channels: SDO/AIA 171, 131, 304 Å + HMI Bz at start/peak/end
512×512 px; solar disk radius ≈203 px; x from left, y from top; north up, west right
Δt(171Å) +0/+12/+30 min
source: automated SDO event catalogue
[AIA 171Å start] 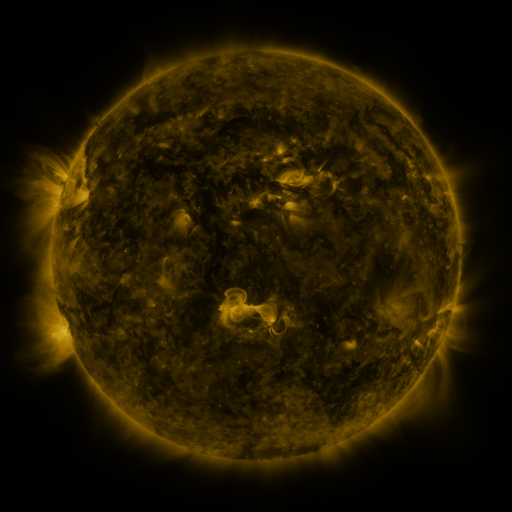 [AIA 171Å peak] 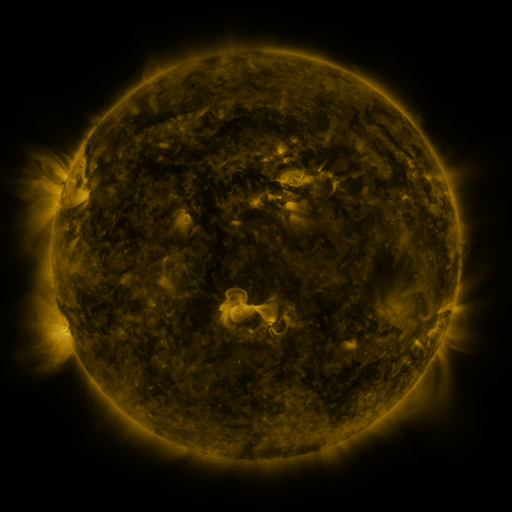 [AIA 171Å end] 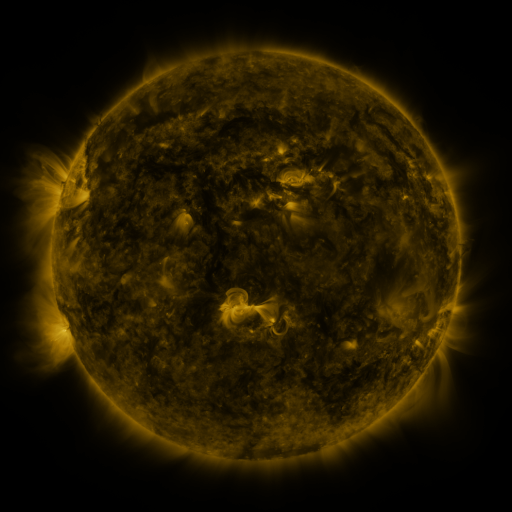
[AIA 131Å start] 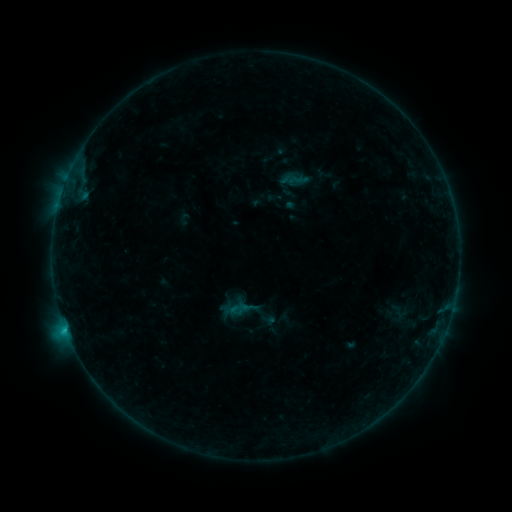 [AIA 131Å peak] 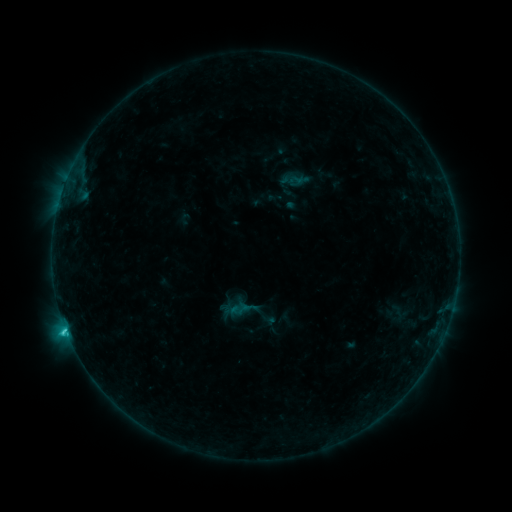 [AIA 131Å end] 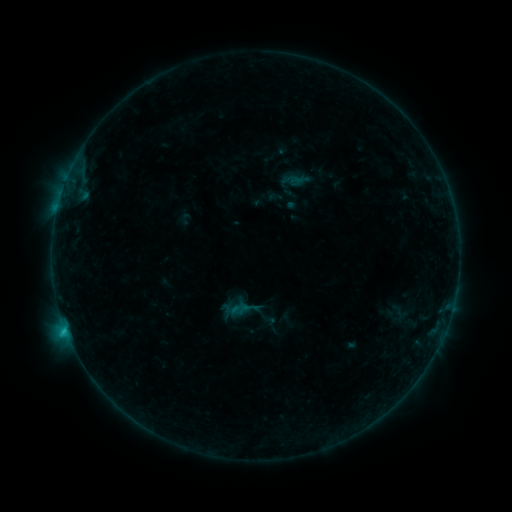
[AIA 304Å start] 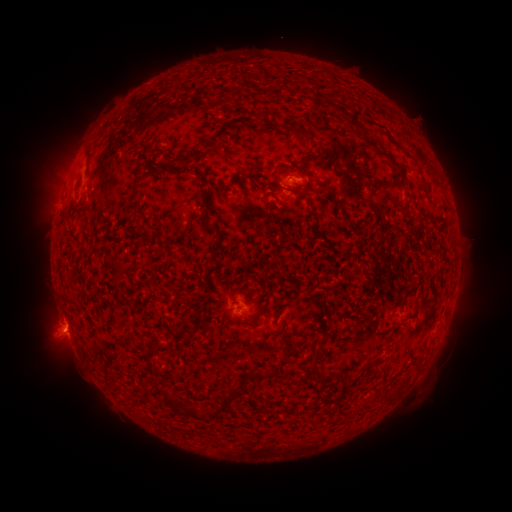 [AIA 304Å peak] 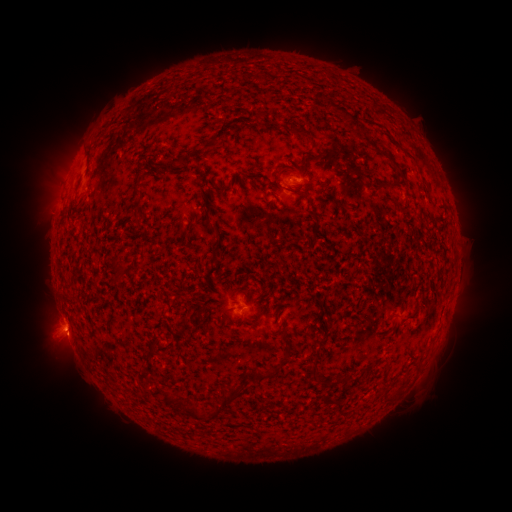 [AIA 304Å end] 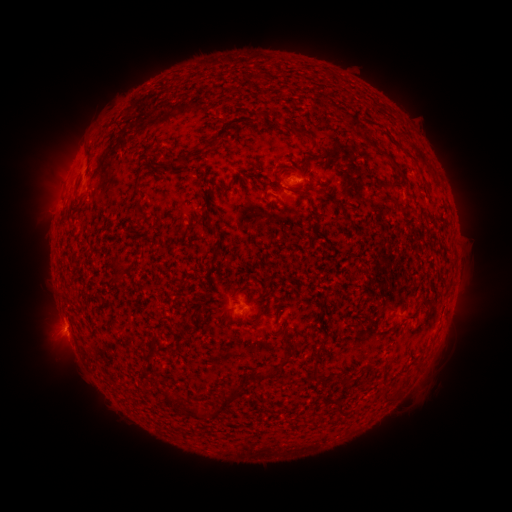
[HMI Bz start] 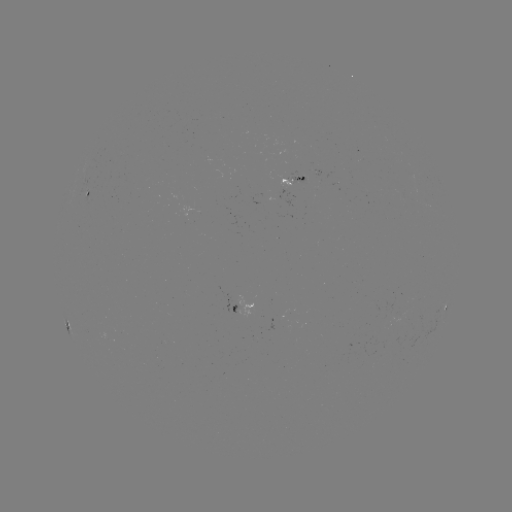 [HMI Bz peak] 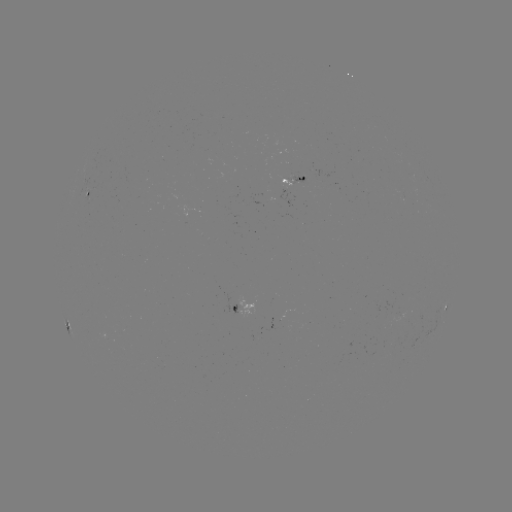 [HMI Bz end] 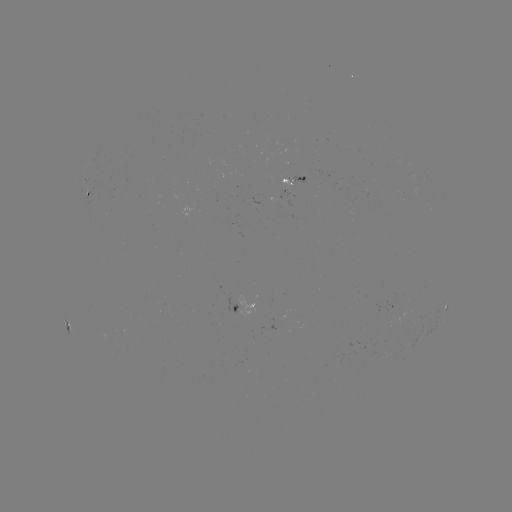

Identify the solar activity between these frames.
C1.4 flare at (66, 328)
